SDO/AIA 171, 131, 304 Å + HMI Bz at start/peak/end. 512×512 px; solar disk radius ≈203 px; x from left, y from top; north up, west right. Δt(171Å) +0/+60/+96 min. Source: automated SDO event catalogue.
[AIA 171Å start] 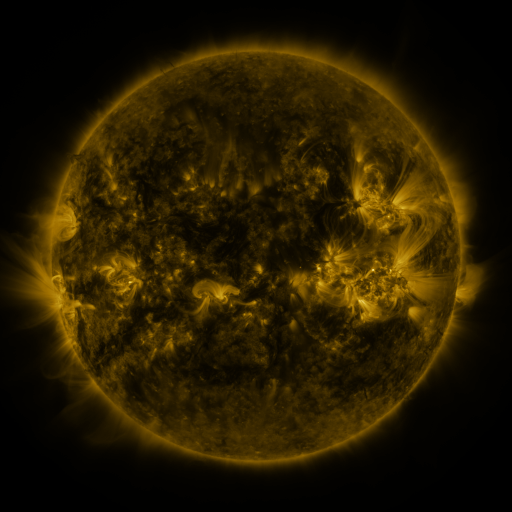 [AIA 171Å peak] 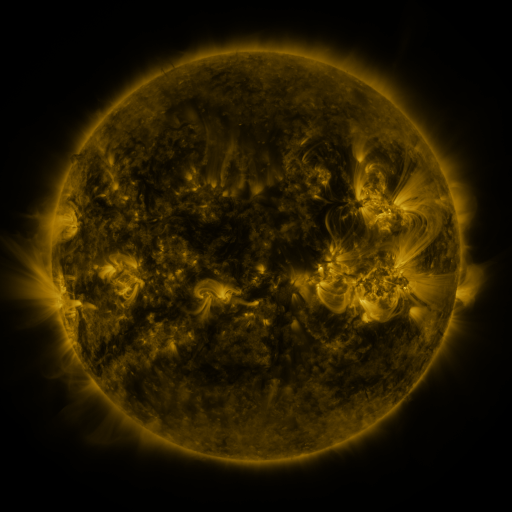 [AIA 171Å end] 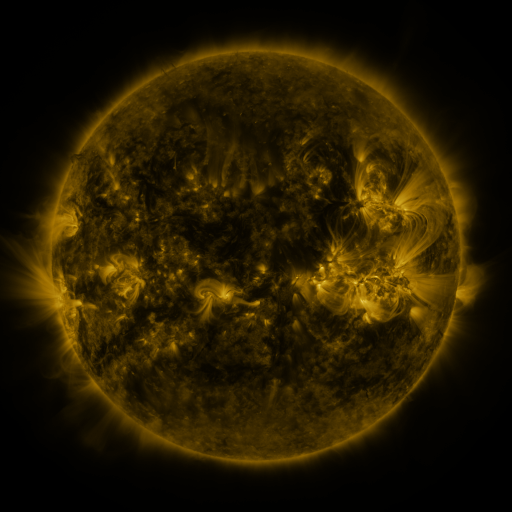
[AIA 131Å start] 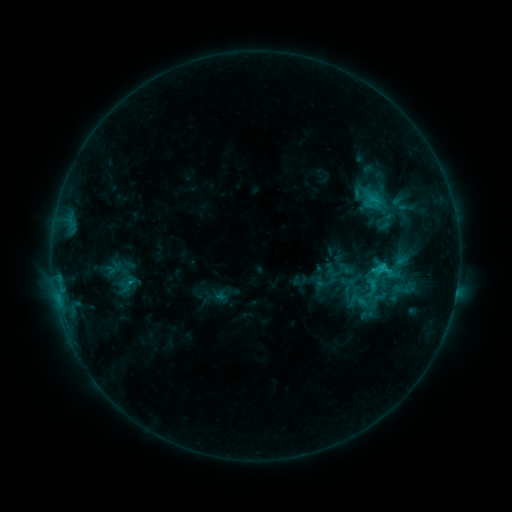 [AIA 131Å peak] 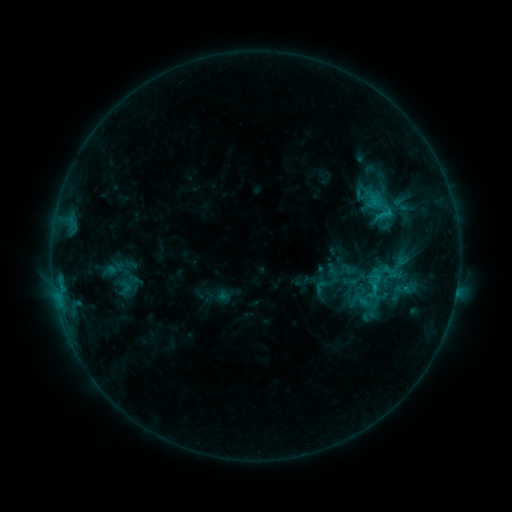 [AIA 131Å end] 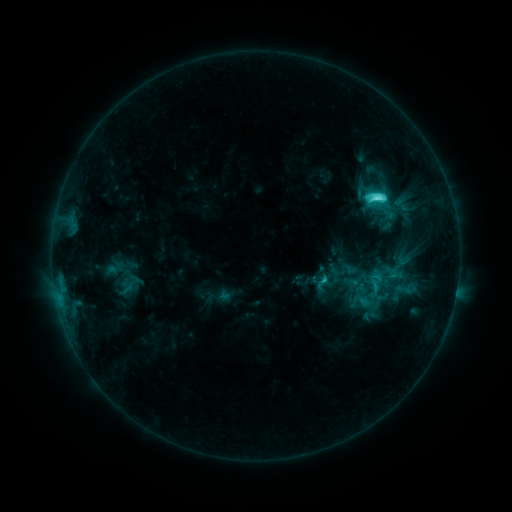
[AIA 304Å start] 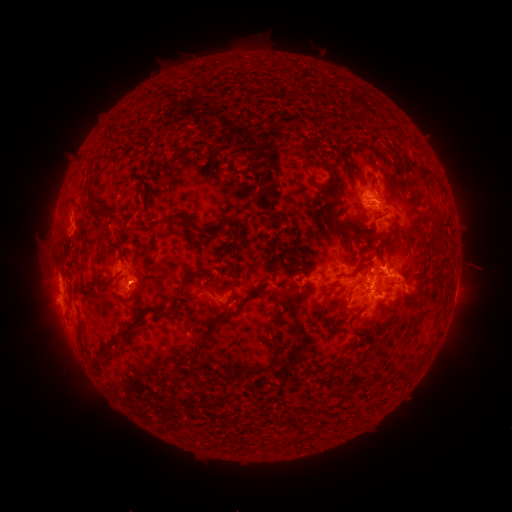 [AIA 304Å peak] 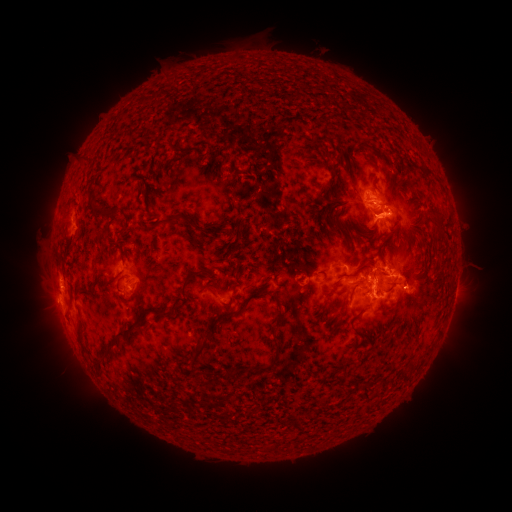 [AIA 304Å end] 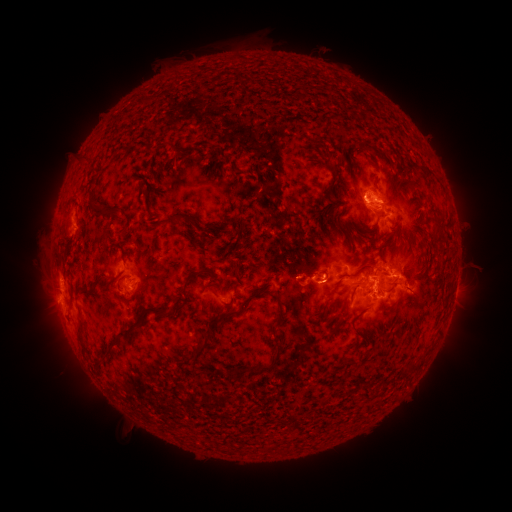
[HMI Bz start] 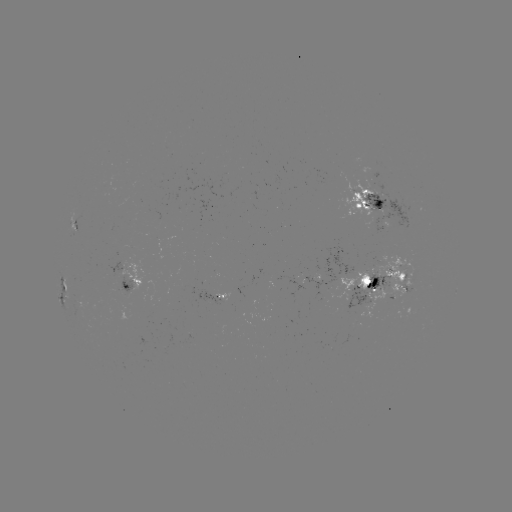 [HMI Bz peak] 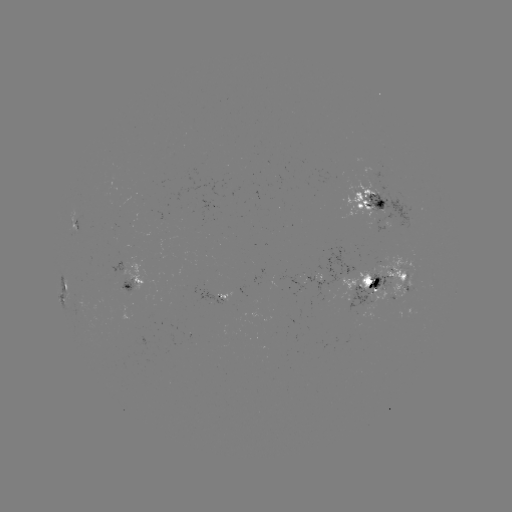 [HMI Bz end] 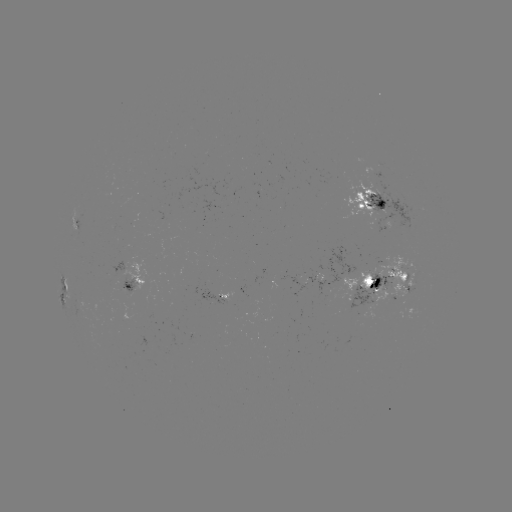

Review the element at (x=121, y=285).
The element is emerging-flux region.